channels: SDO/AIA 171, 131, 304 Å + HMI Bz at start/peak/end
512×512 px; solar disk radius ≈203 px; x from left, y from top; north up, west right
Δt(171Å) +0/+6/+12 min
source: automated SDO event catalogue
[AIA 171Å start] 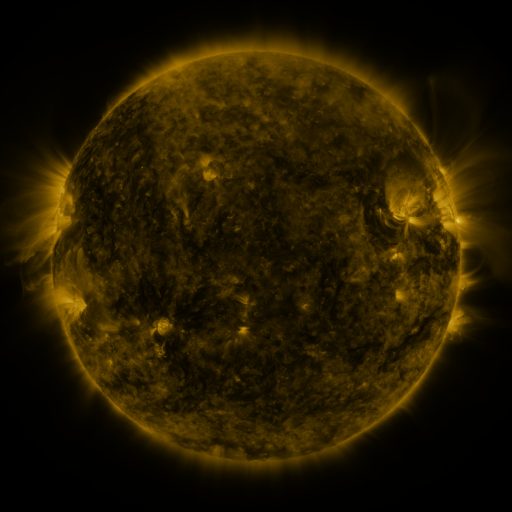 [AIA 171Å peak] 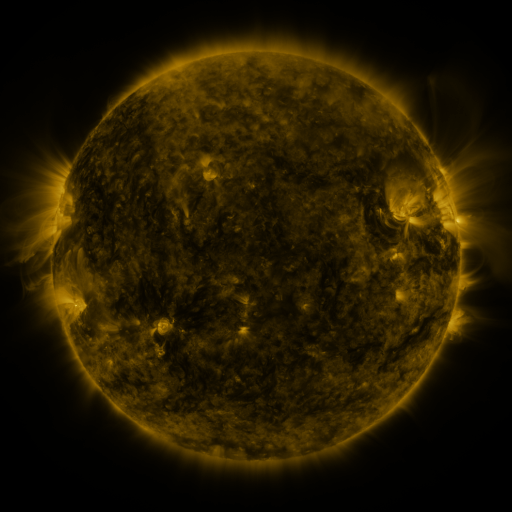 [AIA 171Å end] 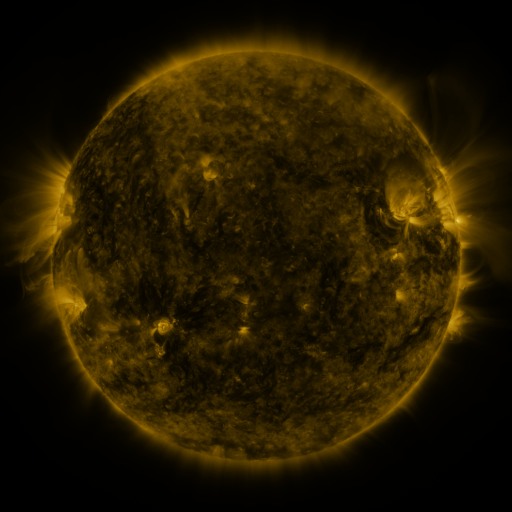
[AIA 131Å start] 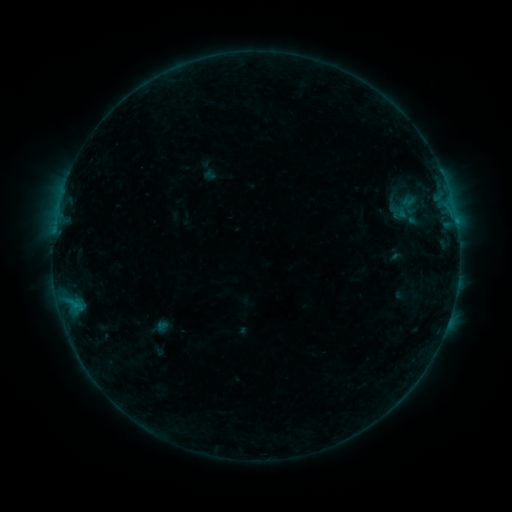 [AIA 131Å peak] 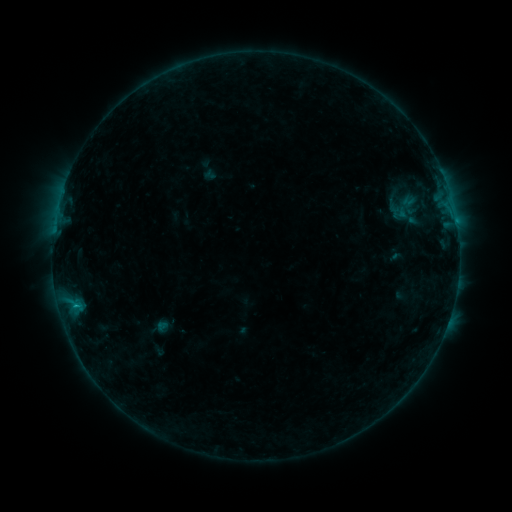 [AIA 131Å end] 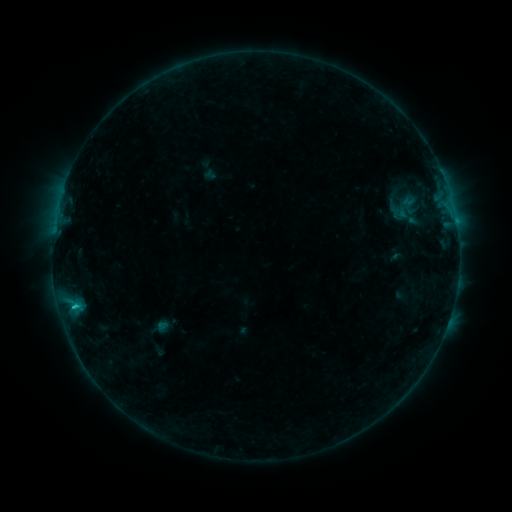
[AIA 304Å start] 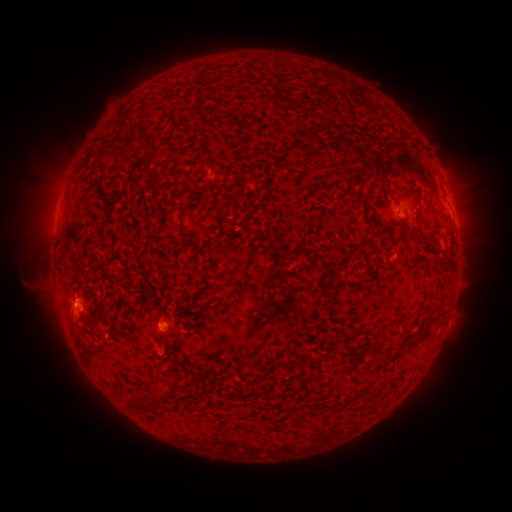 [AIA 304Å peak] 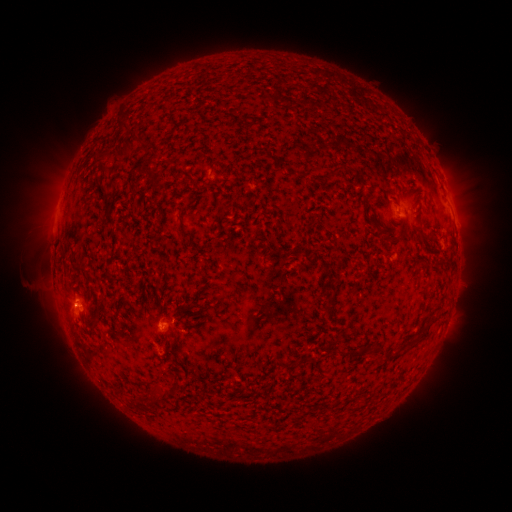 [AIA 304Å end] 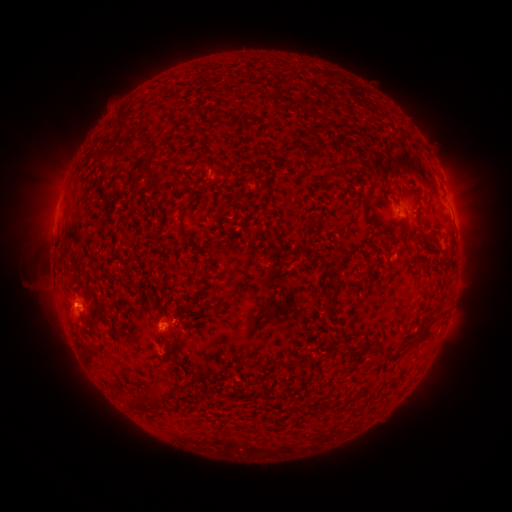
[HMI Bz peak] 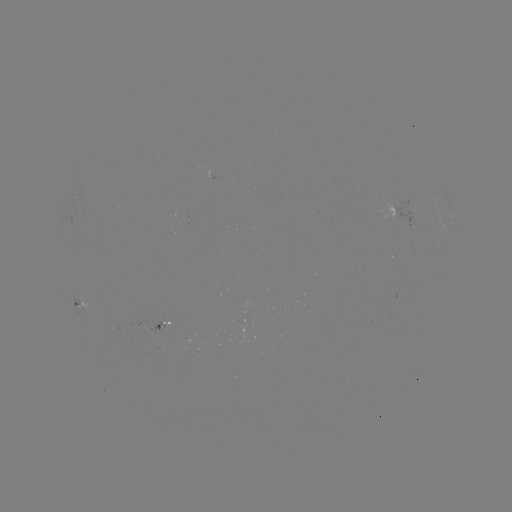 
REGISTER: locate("B6.9 flare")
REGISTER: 77,306